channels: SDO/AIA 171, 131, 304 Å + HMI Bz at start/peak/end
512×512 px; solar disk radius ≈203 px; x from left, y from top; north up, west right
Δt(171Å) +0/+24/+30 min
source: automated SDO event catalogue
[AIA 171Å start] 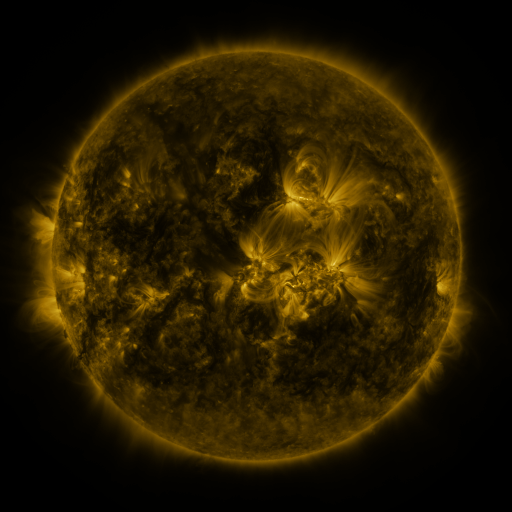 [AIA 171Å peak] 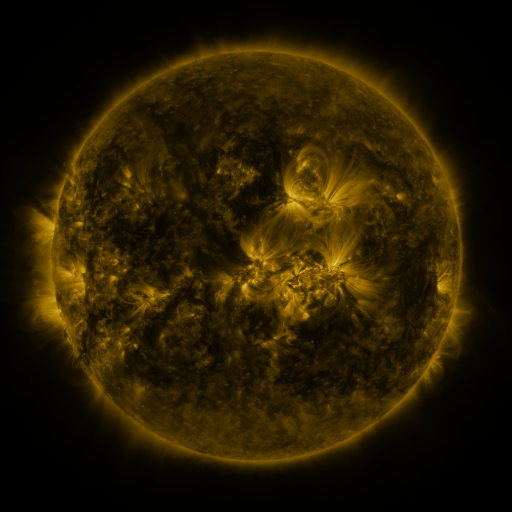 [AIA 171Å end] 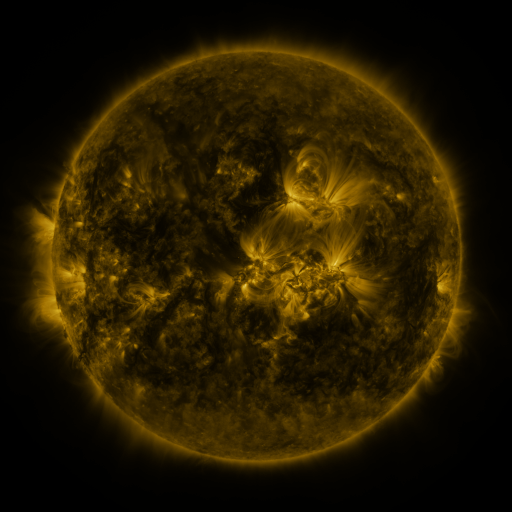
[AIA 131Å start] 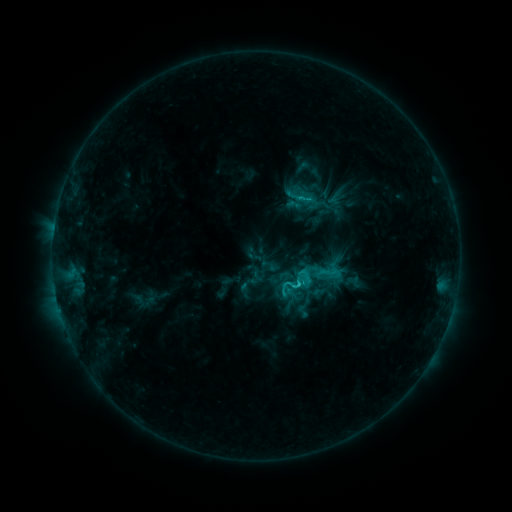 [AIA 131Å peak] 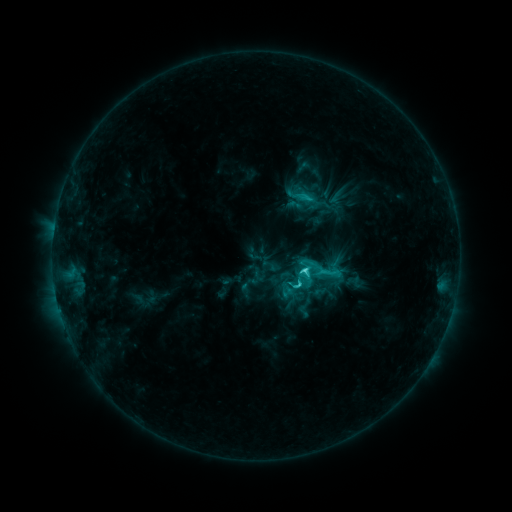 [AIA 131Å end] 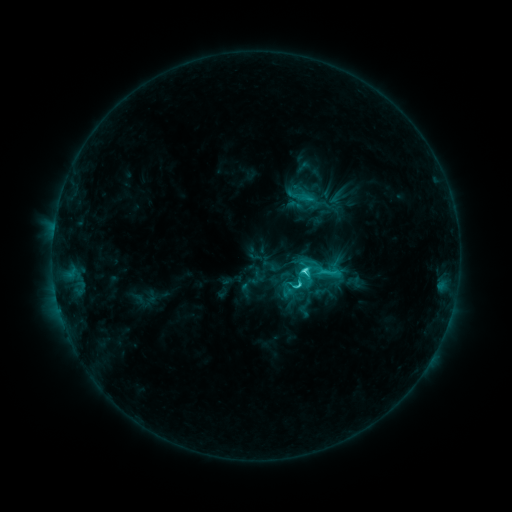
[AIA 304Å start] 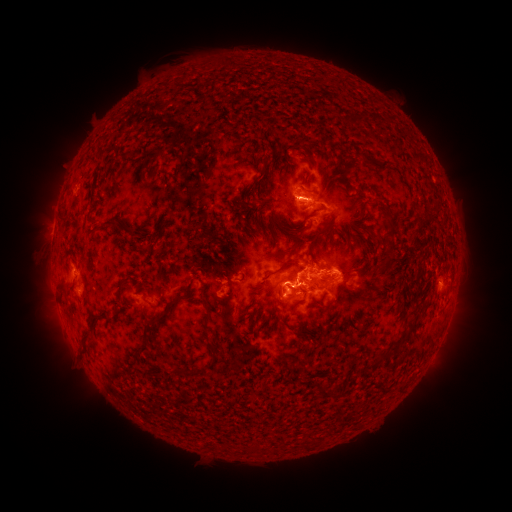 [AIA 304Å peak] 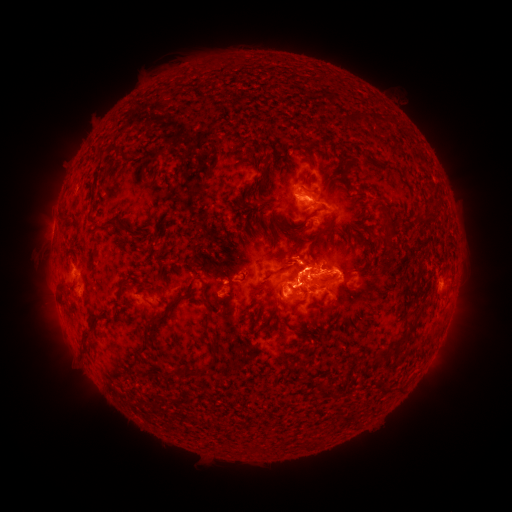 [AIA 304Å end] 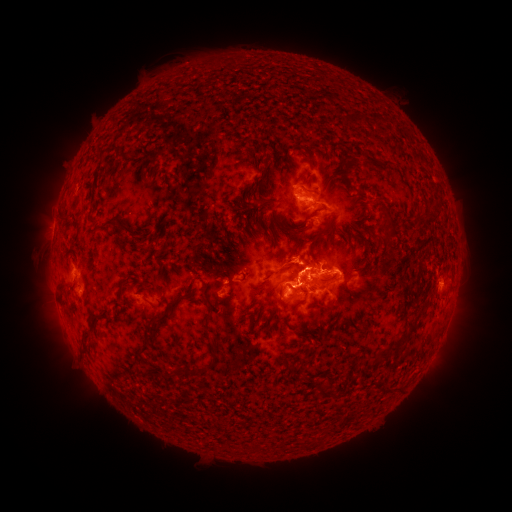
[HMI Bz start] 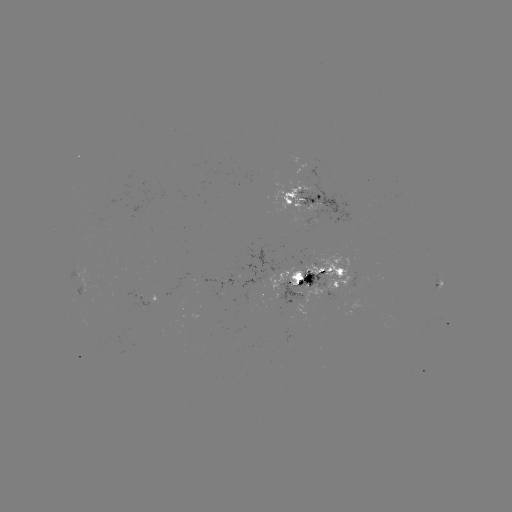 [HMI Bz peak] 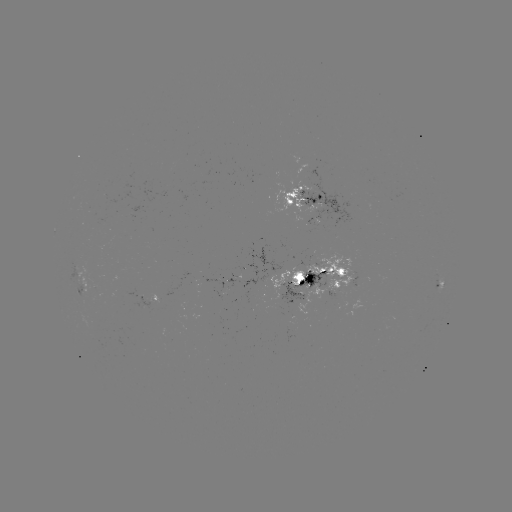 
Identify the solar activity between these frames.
C5.9 flare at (304, 269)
